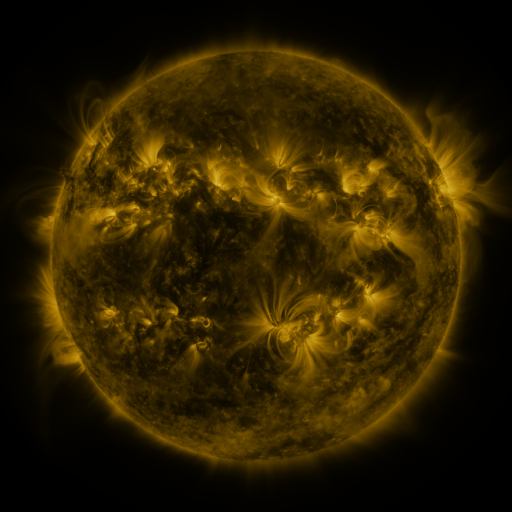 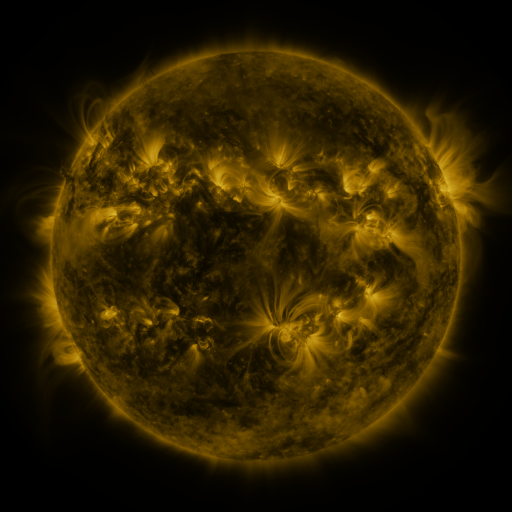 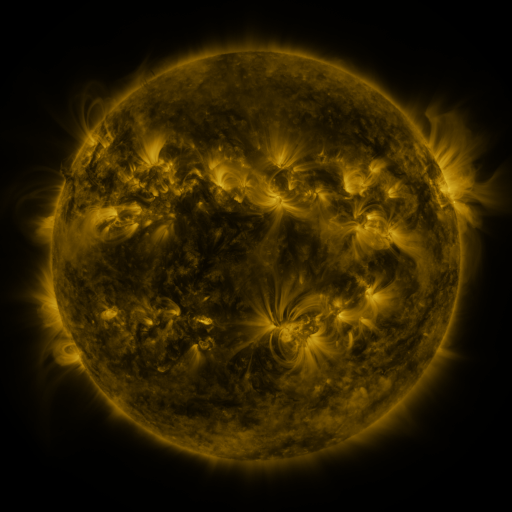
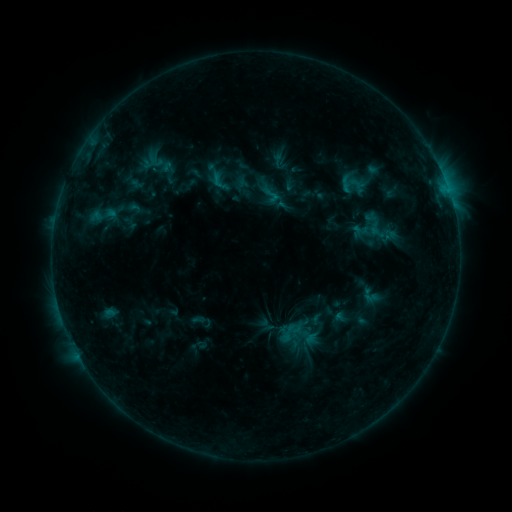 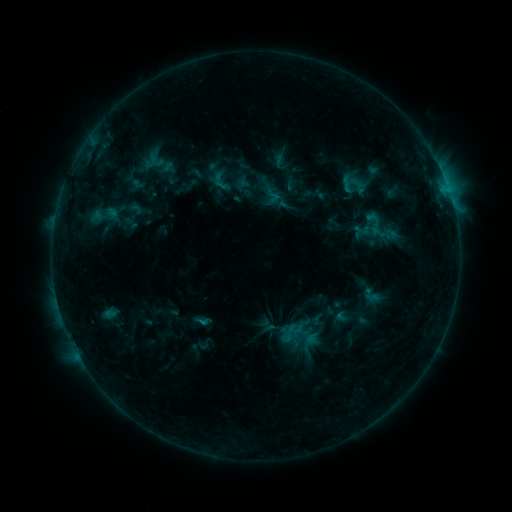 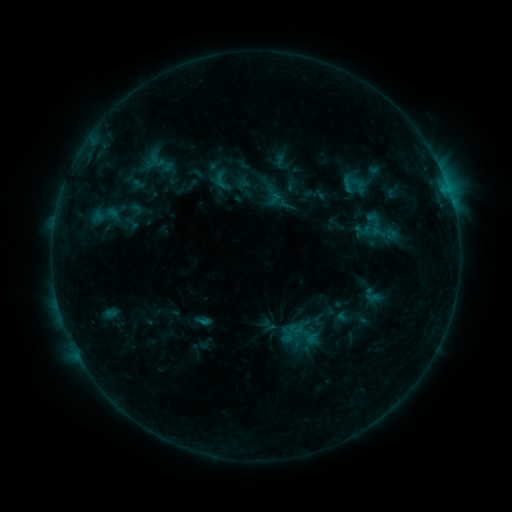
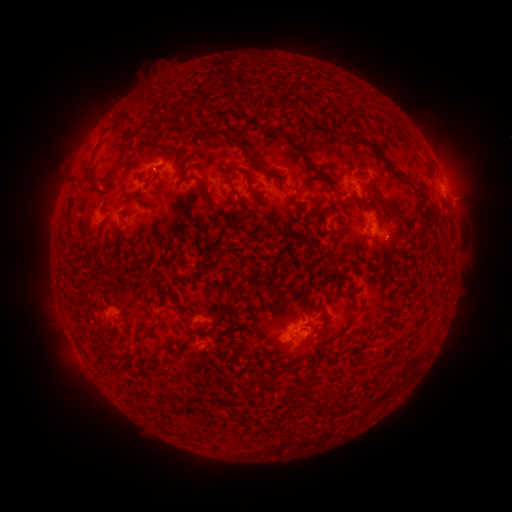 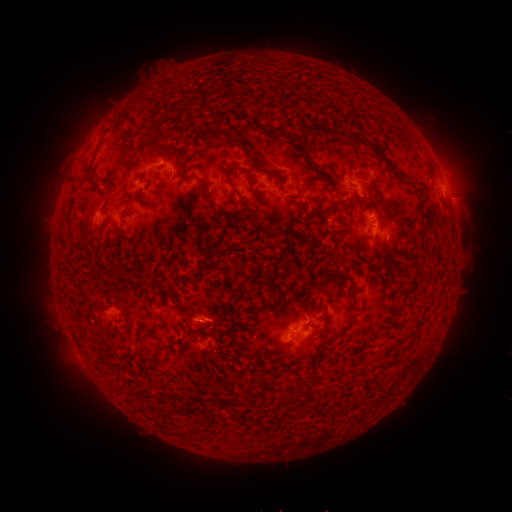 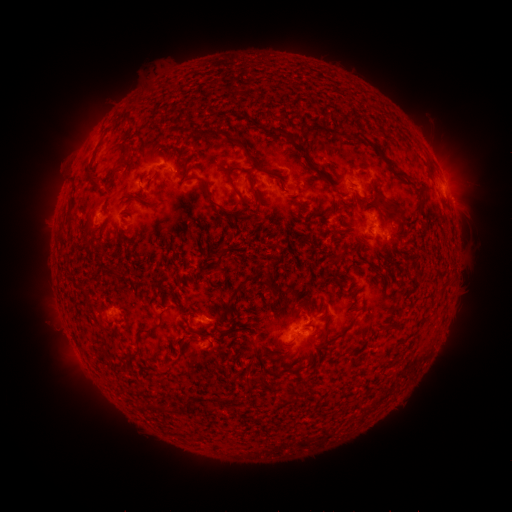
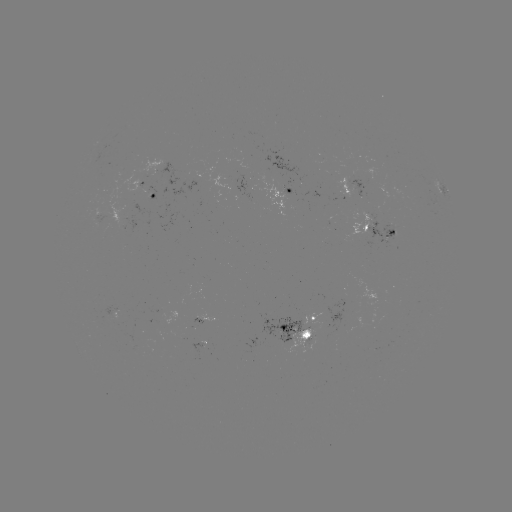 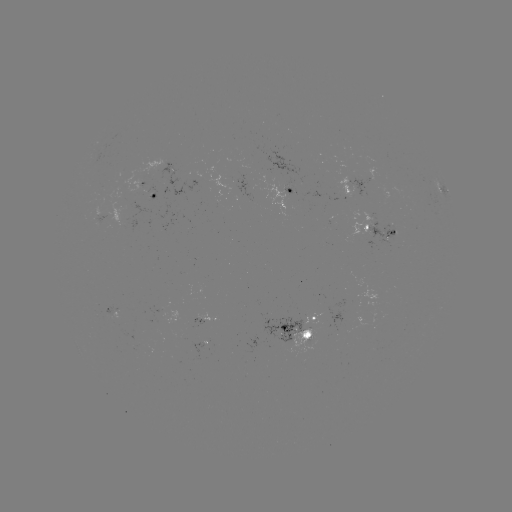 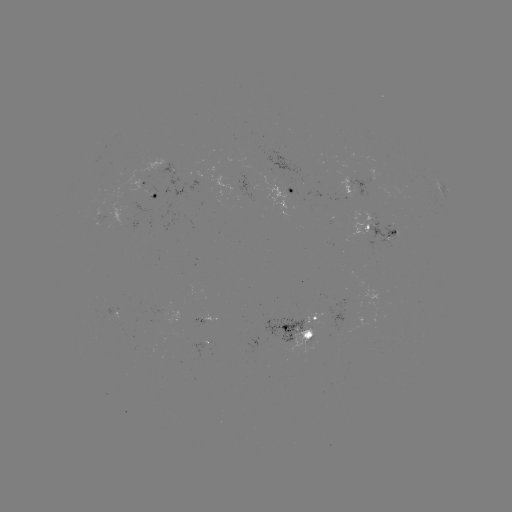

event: flare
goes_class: B7.7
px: (205, 319)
